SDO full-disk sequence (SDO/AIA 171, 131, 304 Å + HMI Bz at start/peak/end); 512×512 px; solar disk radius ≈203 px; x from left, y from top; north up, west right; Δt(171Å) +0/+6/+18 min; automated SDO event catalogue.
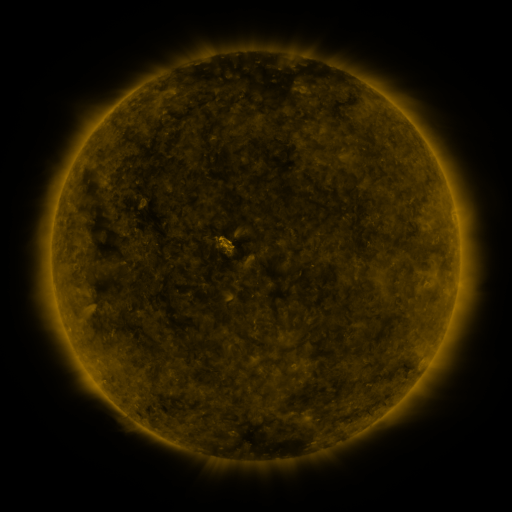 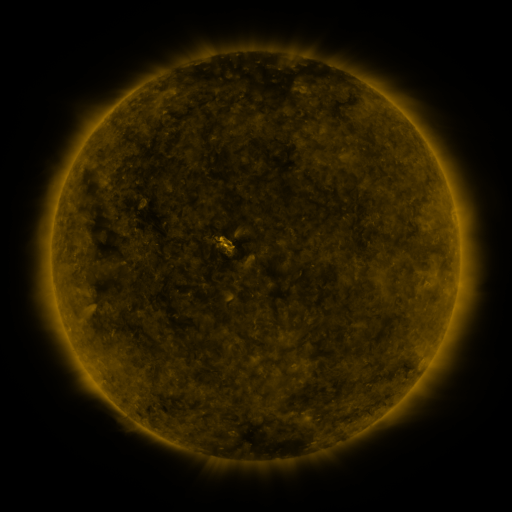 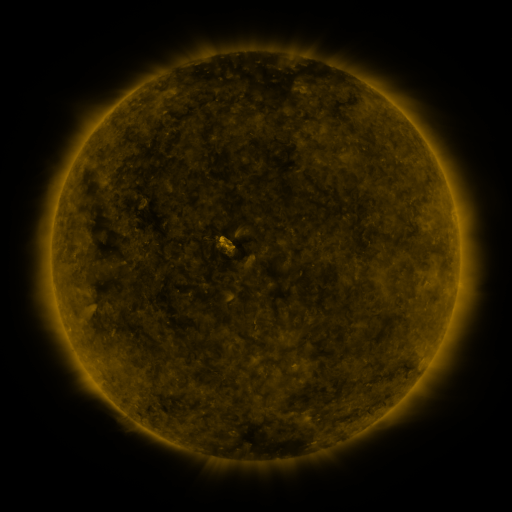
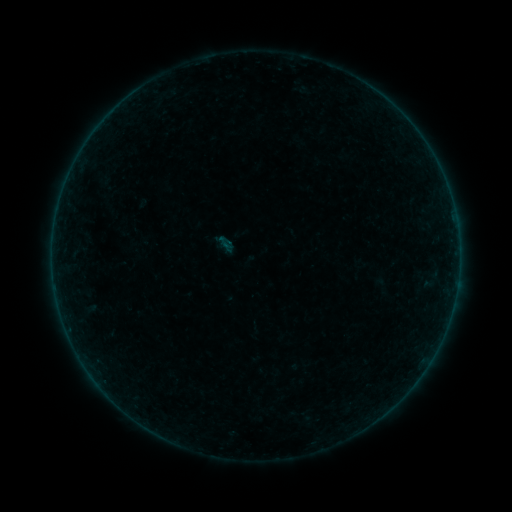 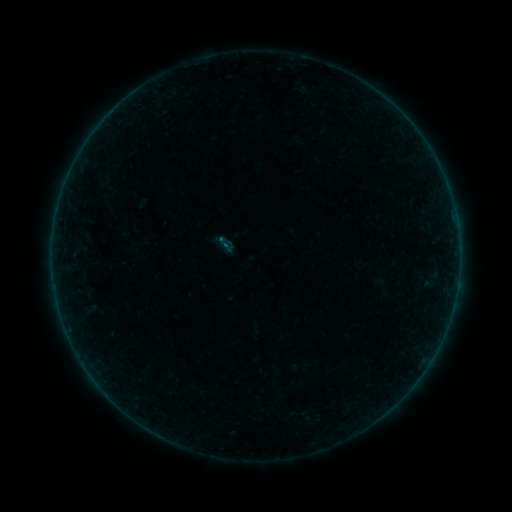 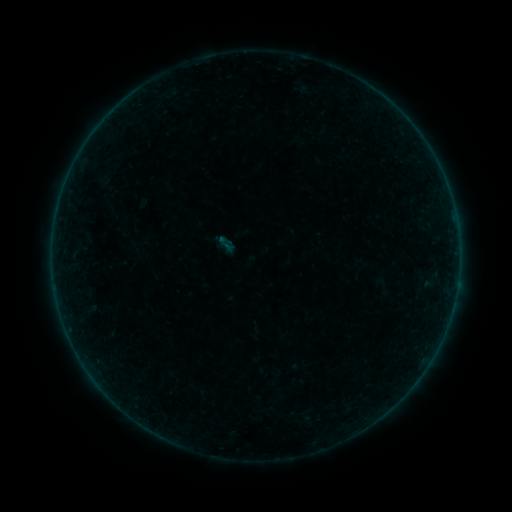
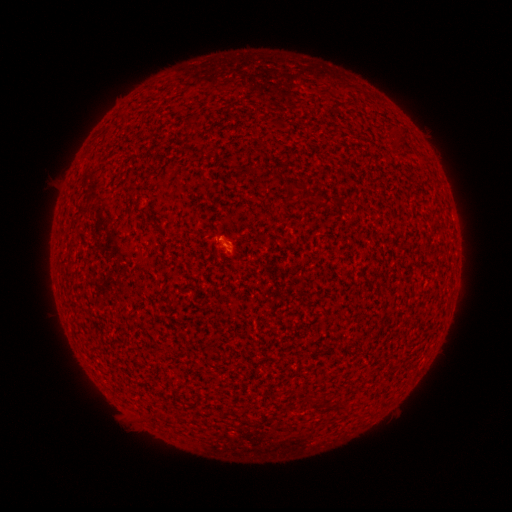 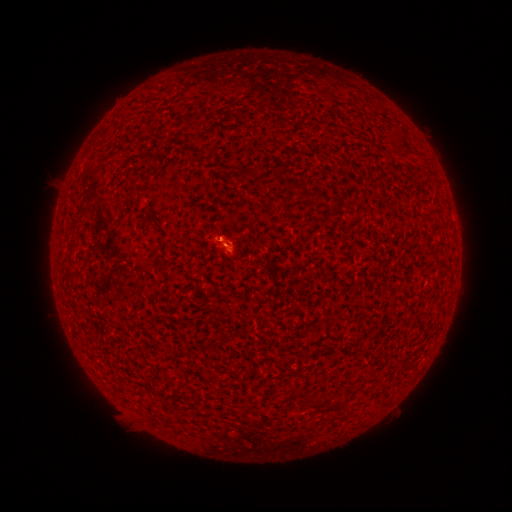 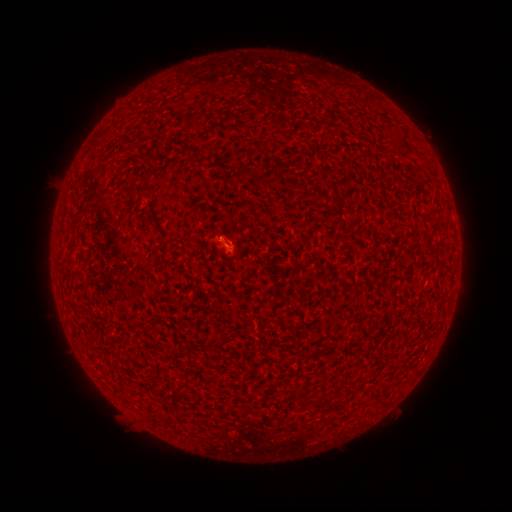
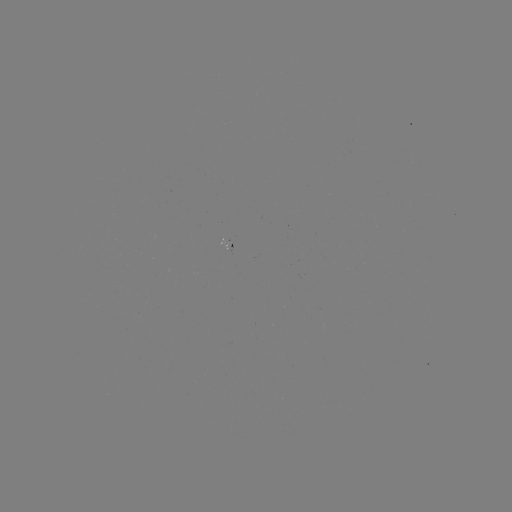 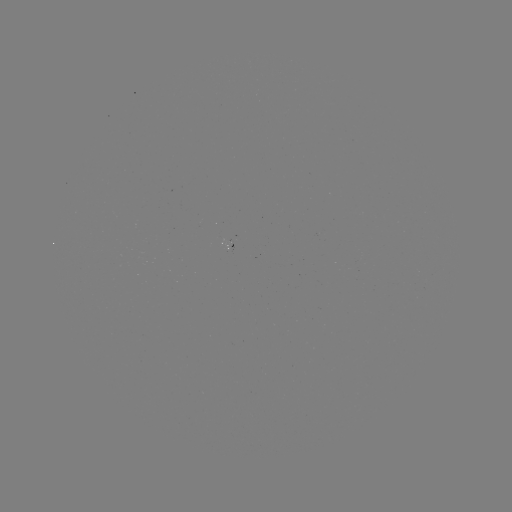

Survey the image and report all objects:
A4.3 flare: (220, 240)
